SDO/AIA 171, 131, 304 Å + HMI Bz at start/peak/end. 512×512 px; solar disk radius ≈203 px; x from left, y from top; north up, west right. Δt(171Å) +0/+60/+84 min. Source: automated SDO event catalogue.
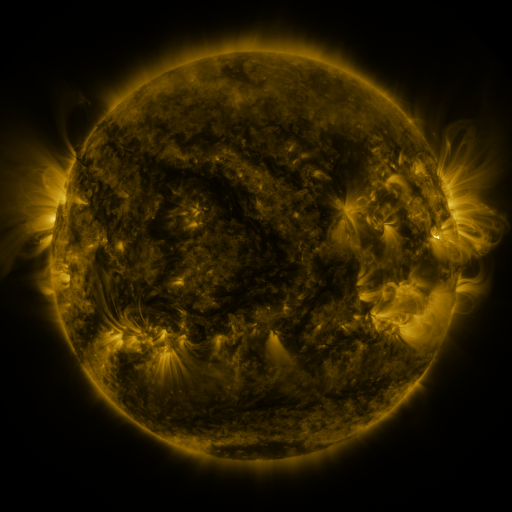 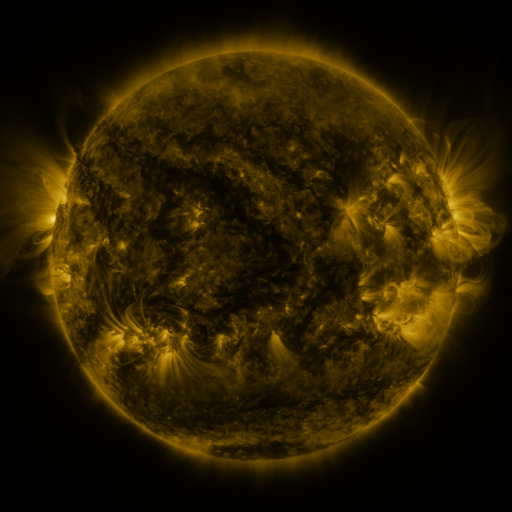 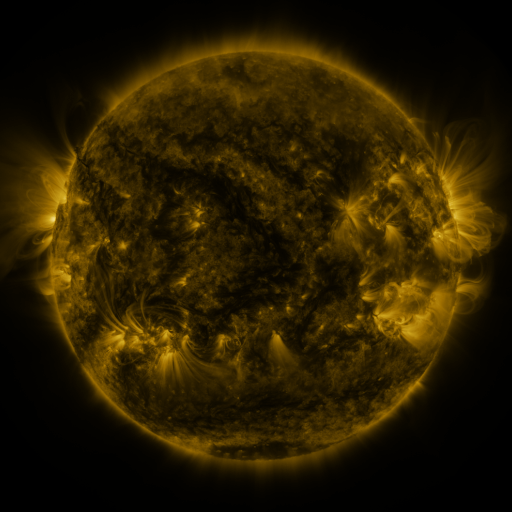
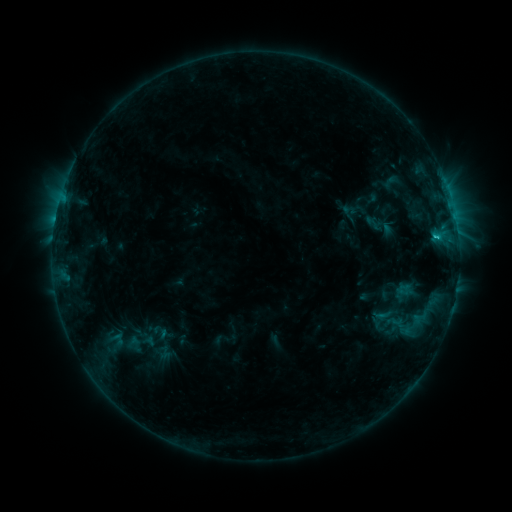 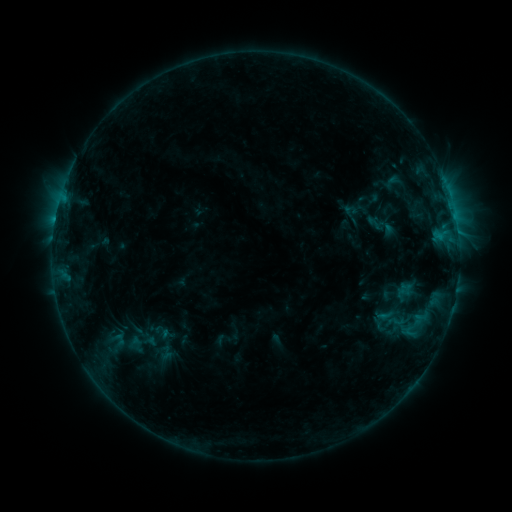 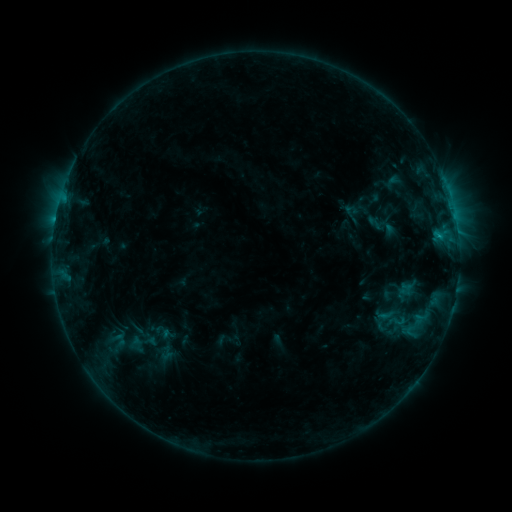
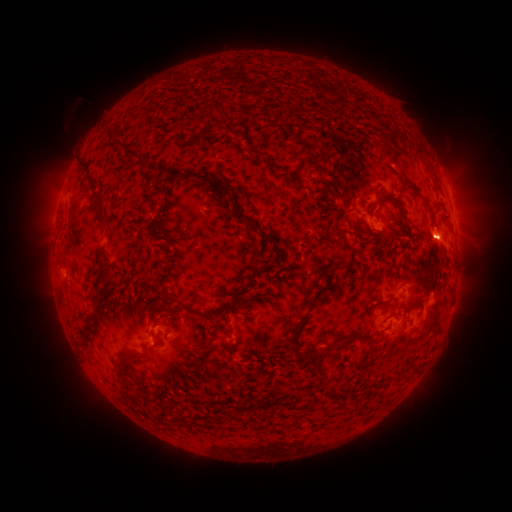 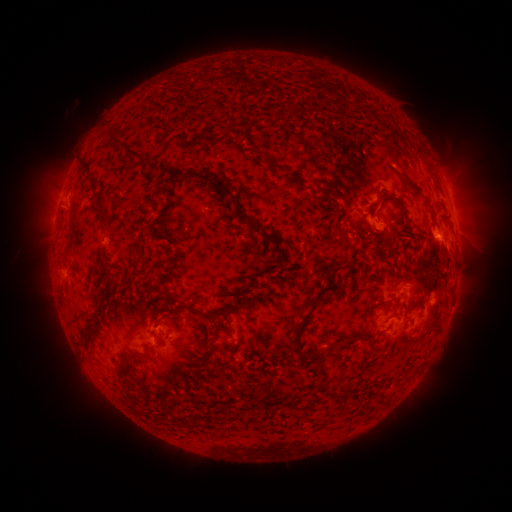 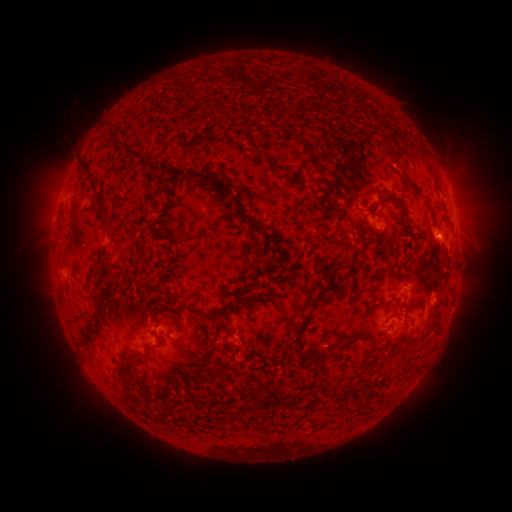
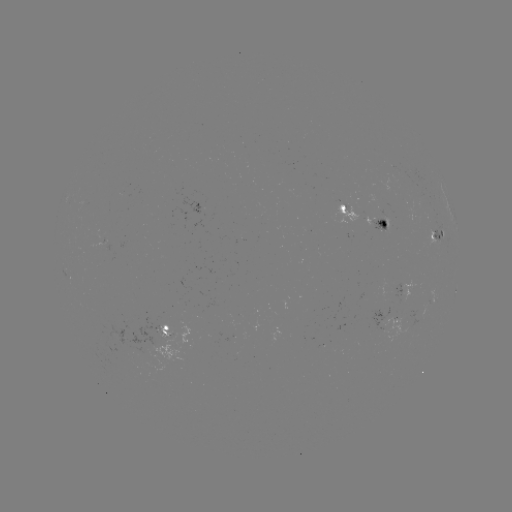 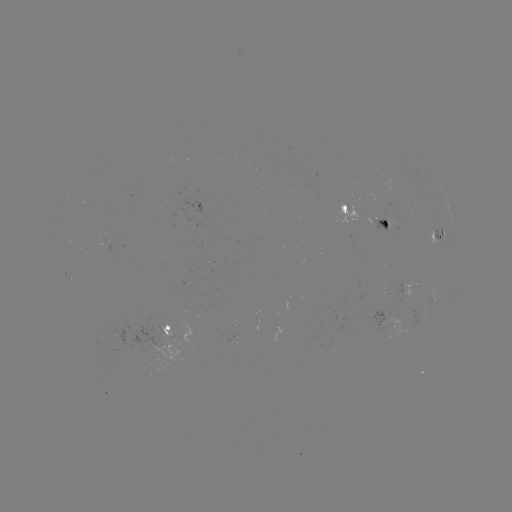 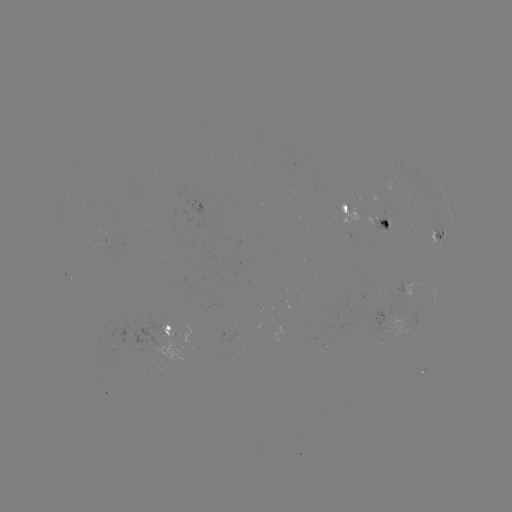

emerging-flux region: (119, 317, 169, 364)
